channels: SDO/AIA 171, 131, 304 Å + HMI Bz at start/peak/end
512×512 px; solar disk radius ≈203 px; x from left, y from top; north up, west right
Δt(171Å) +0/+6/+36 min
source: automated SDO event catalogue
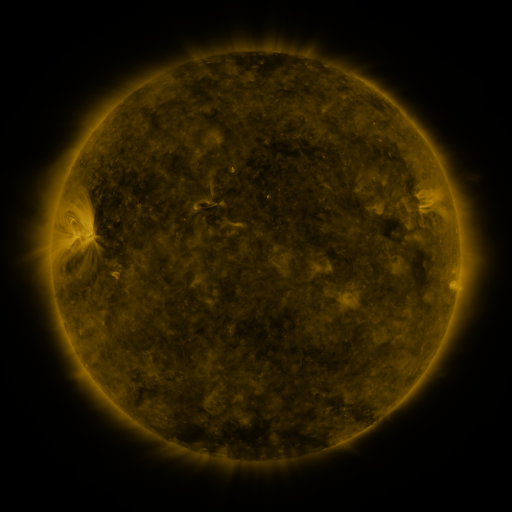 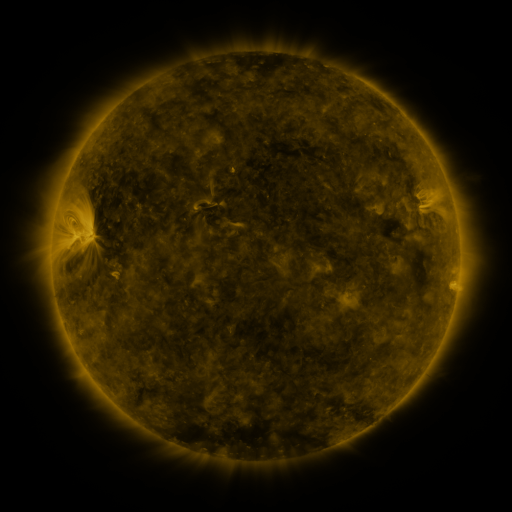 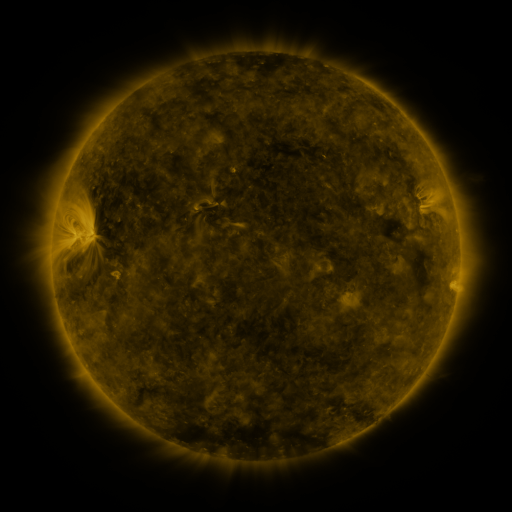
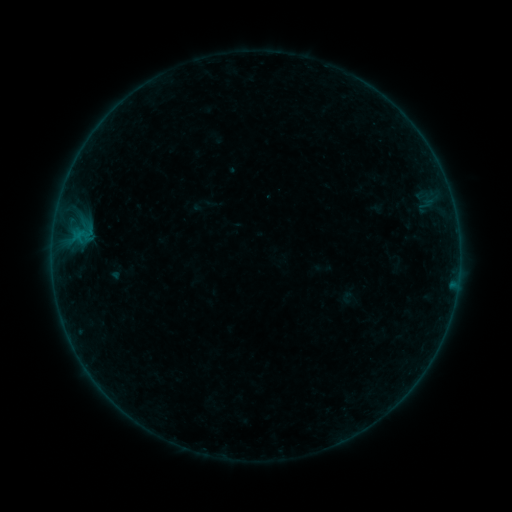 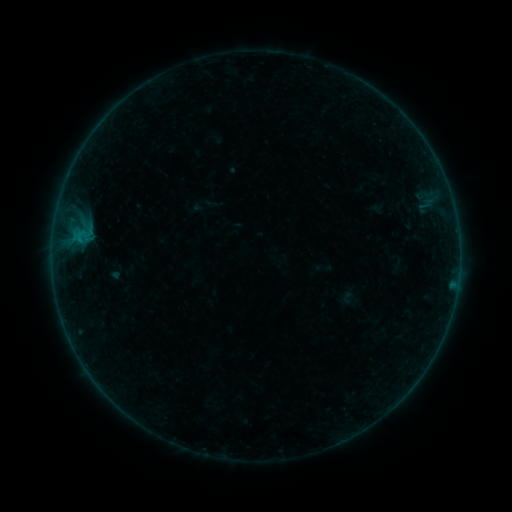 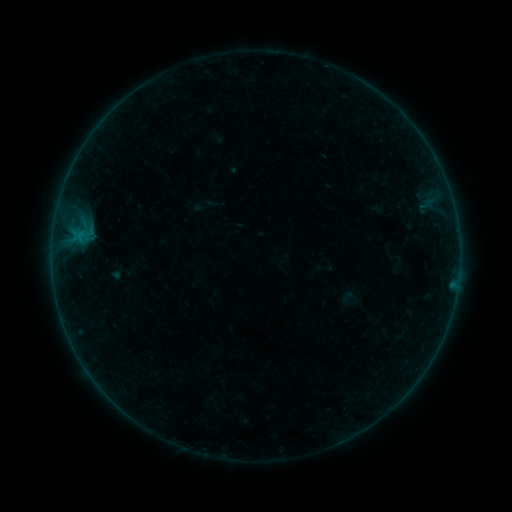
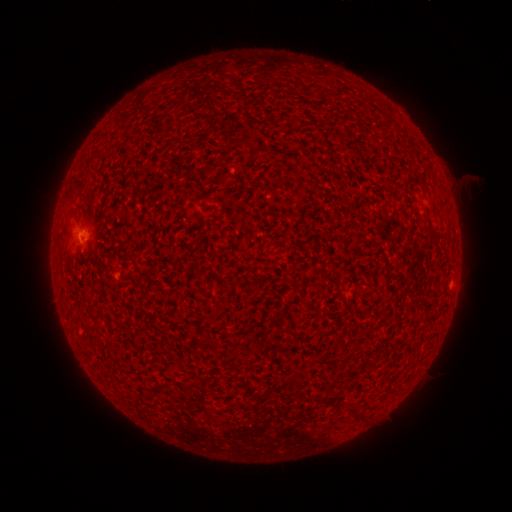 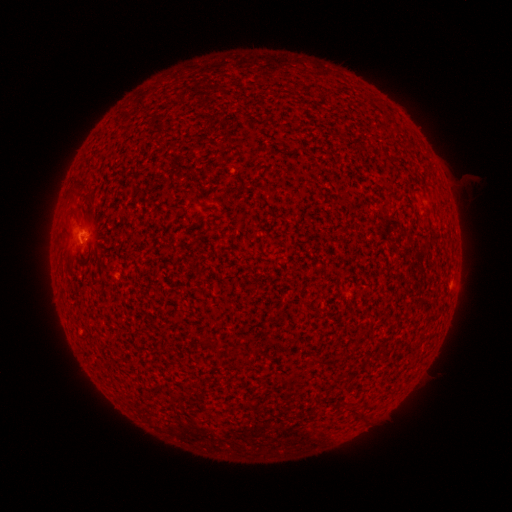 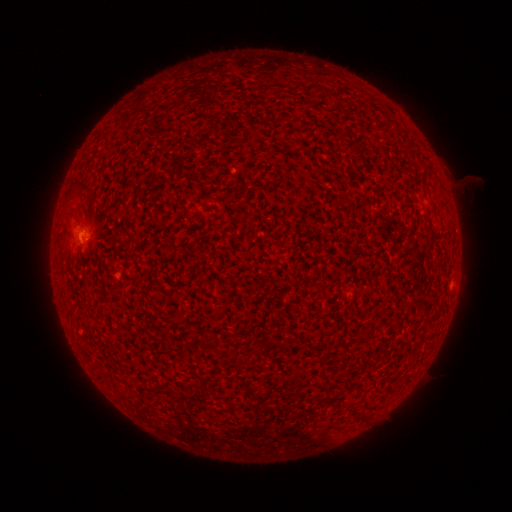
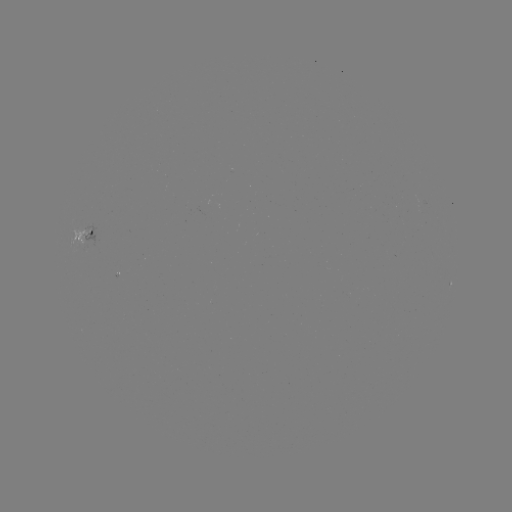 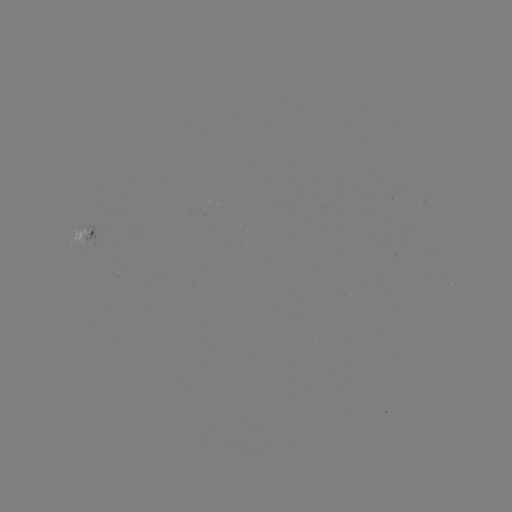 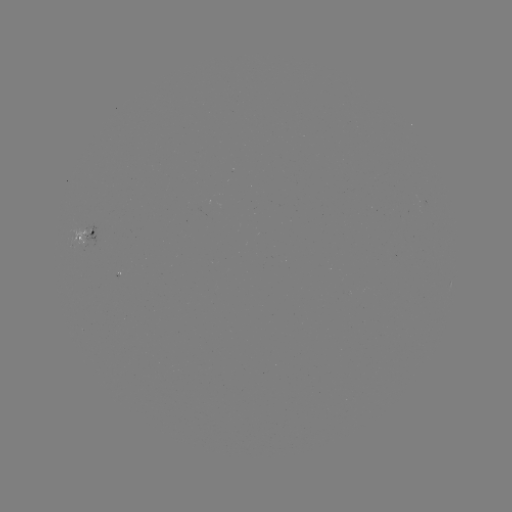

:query B1.6 flare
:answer [79, 243]